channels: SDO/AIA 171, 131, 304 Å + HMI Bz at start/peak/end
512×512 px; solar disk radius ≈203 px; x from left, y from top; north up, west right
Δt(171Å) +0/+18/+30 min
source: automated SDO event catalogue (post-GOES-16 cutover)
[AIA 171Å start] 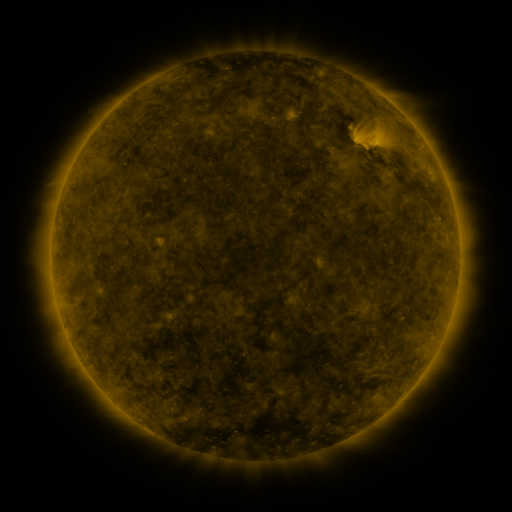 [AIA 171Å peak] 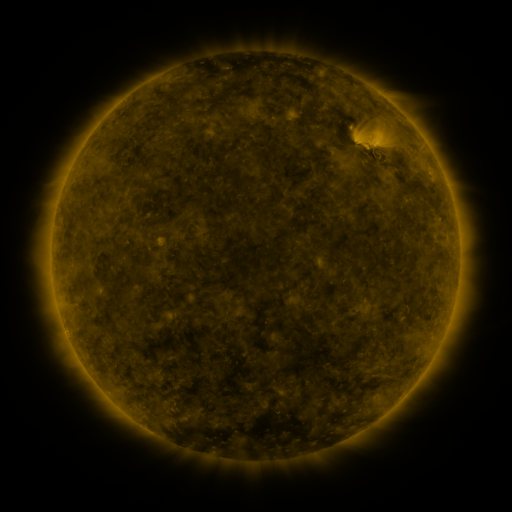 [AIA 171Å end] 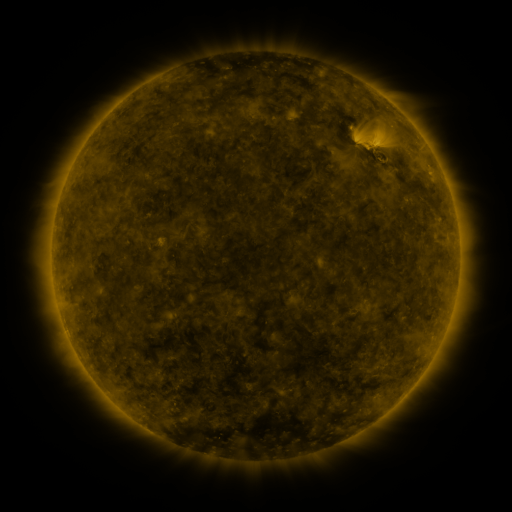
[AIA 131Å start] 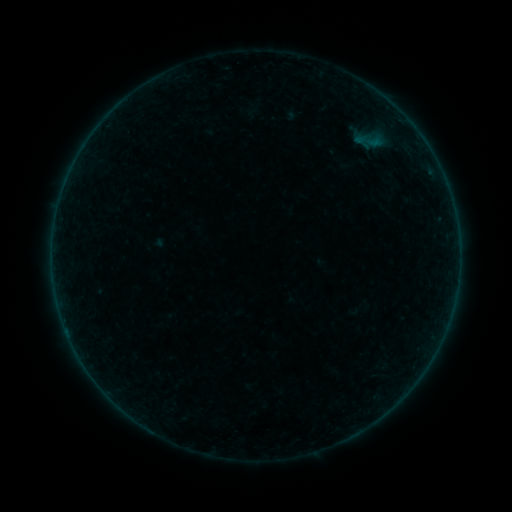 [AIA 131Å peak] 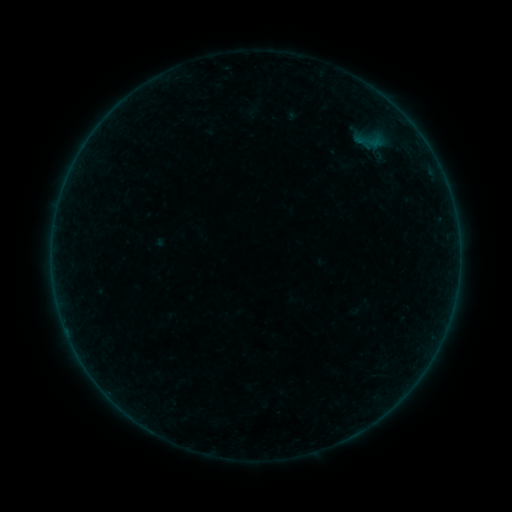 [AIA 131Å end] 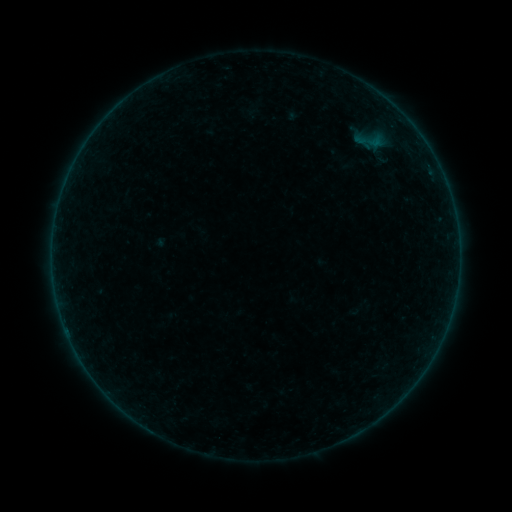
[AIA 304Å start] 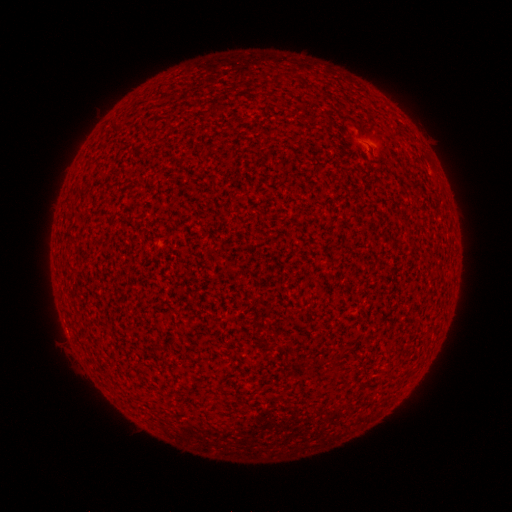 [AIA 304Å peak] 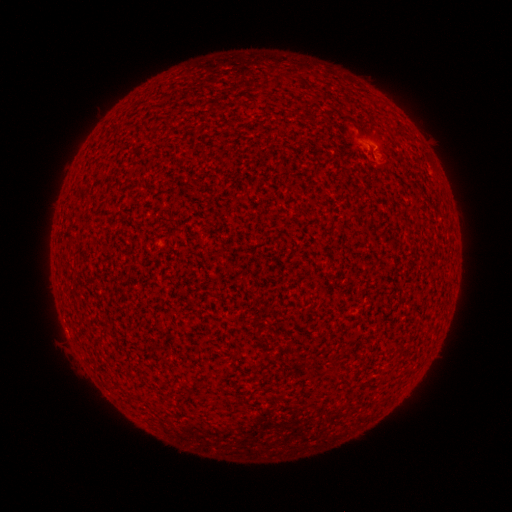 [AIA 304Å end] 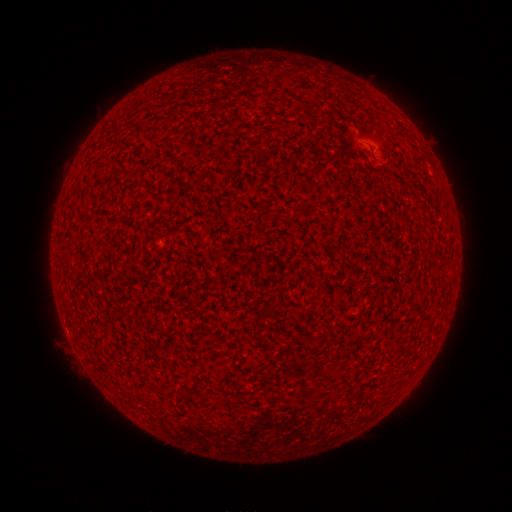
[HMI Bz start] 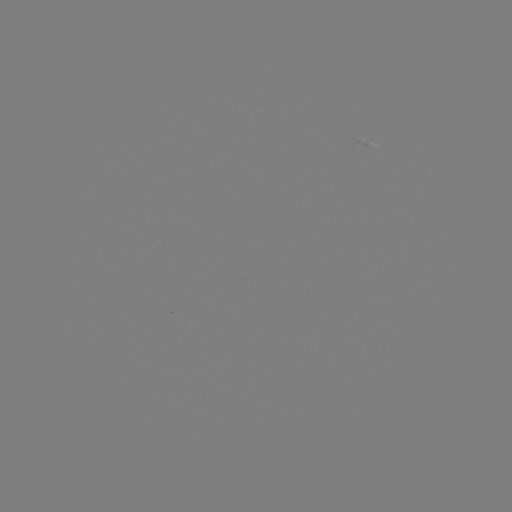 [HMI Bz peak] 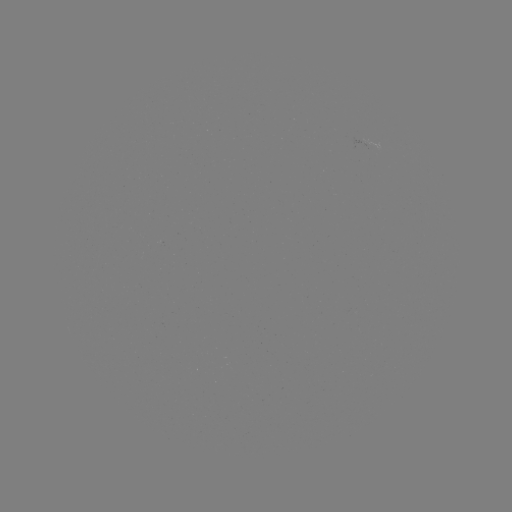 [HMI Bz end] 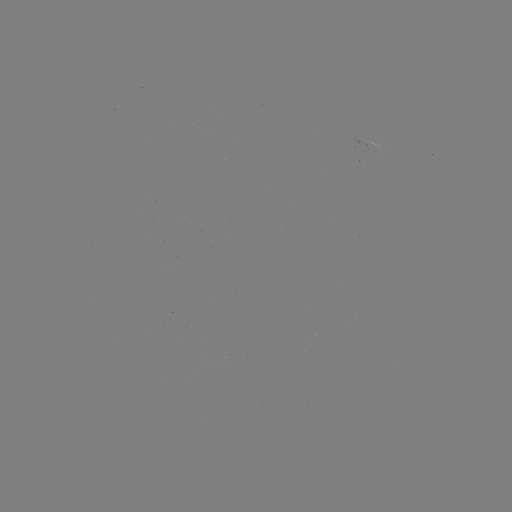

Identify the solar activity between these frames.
A2.0 flare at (375, 149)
